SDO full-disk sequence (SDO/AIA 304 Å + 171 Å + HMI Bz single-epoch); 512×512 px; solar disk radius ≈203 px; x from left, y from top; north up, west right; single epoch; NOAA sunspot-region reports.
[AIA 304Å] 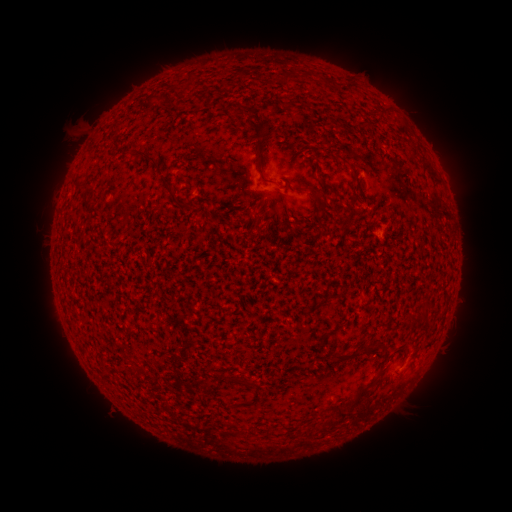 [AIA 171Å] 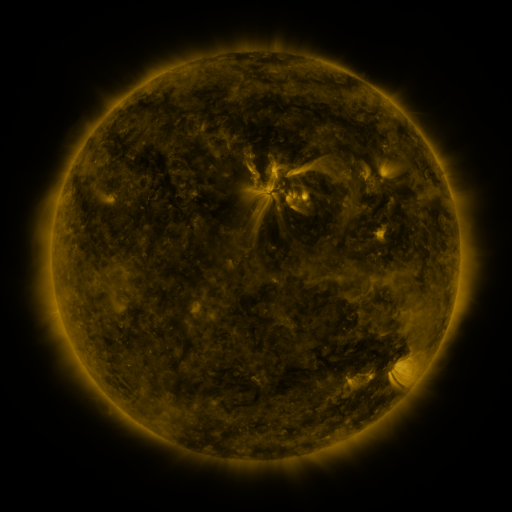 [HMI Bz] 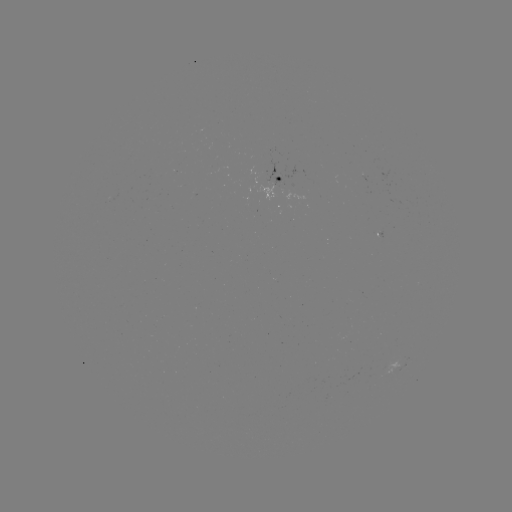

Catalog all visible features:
spotted active region: (281, 175)
spotted active region: (399, 367)
